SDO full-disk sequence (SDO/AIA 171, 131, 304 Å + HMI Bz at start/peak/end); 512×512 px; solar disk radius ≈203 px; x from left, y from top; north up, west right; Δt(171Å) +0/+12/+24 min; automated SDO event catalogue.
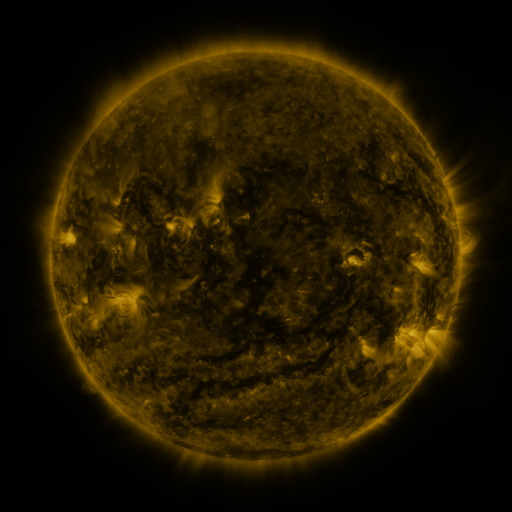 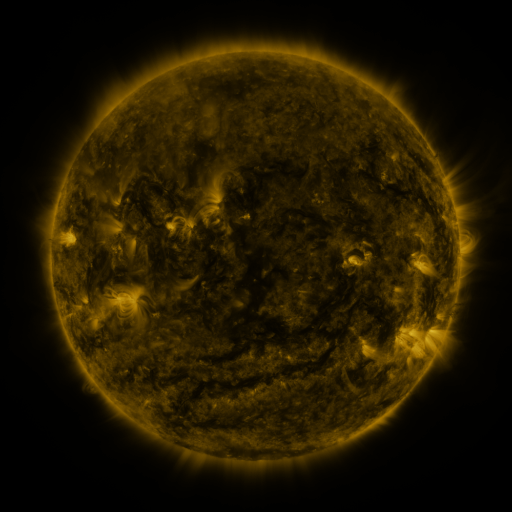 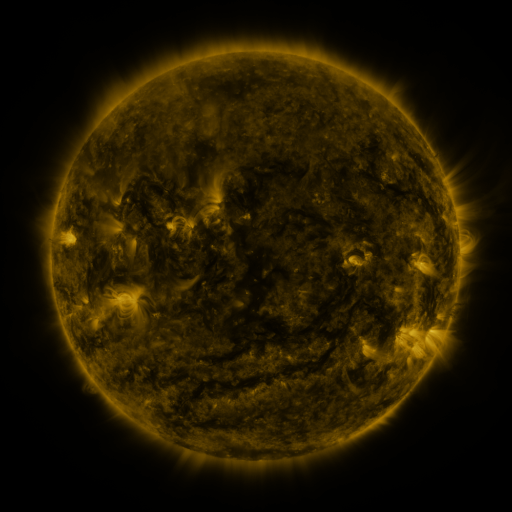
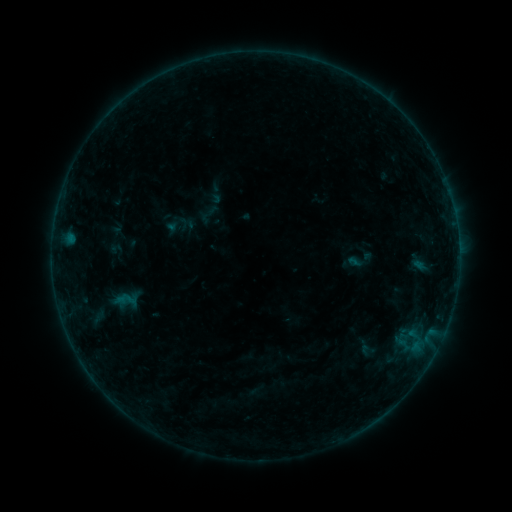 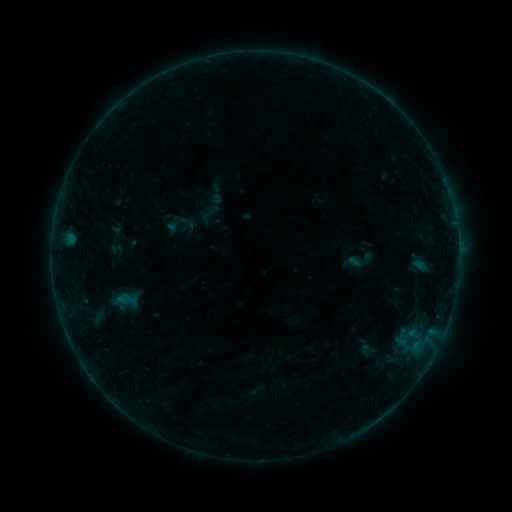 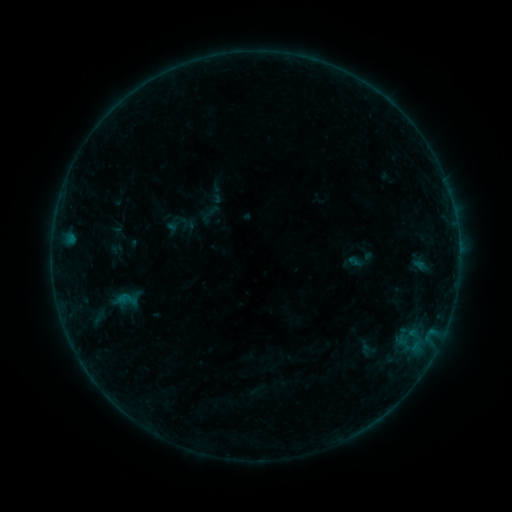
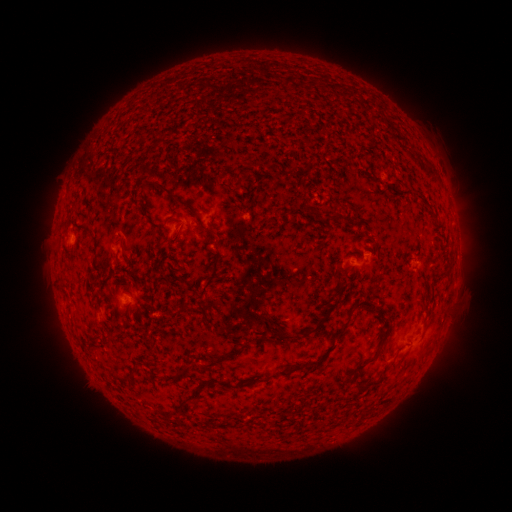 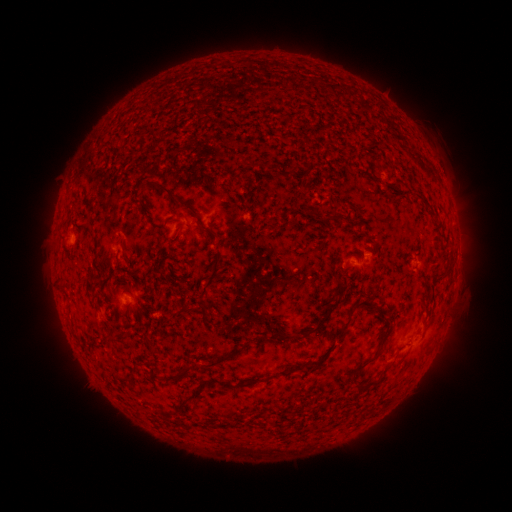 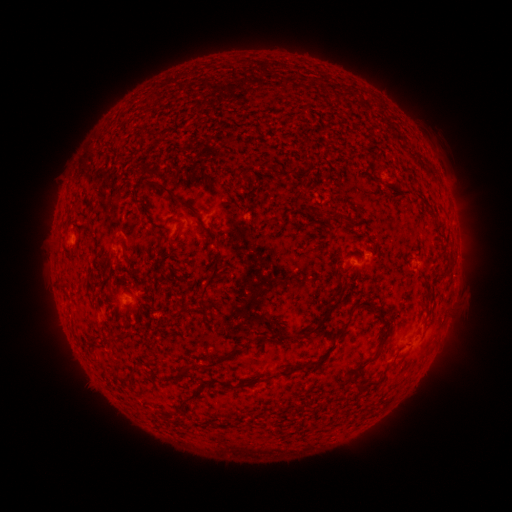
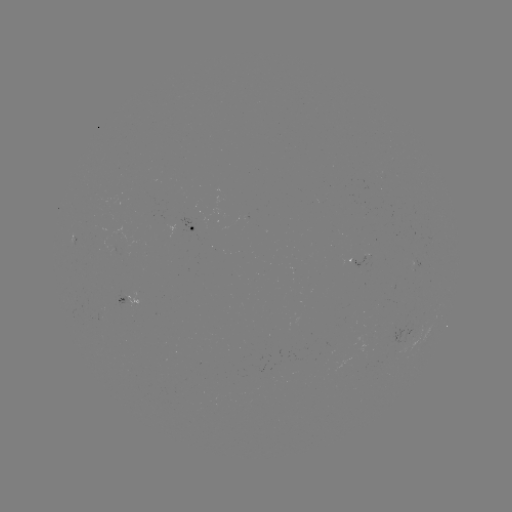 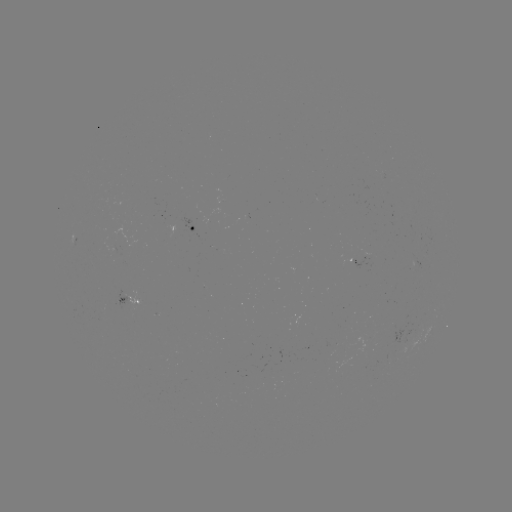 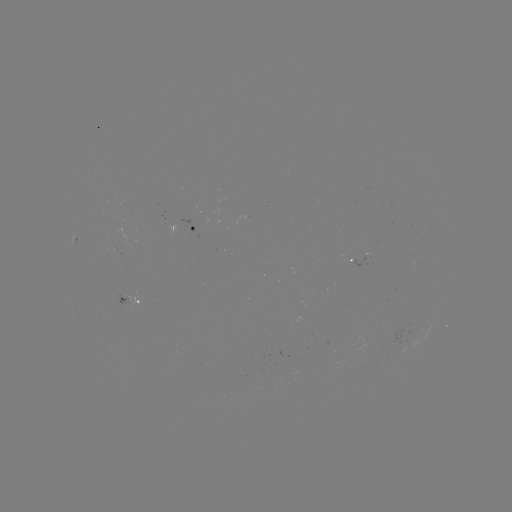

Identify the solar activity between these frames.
no flare in any classed list; no EUV-trigger detection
